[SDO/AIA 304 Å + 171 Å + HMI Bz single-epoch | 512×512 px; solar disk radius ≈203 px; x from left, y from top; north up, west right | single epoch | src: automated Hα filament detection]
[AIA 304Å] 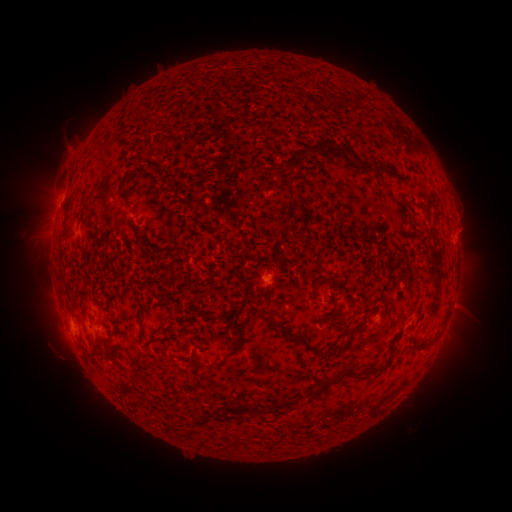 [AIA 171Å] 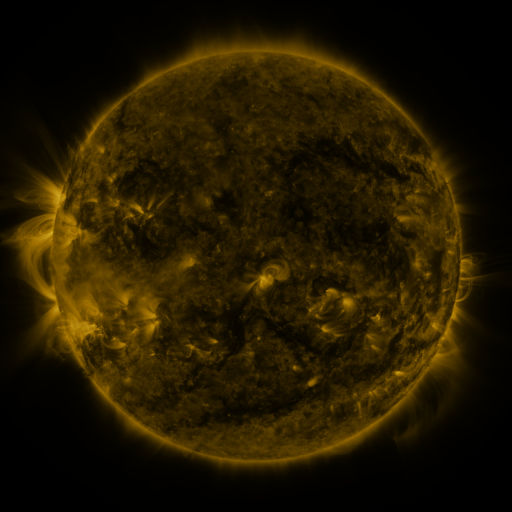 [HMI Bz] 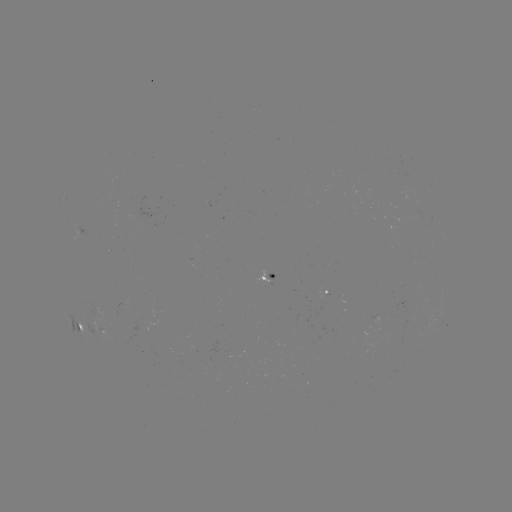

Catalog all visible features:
filament: <bbox>356, 92, 366, 101</bbox>
filament: <bbox>273, 142, 368, 189</bbox>
filament: <bbox>371, 163, 385, 175</bbox>
filament: <bbox>116, 191, 131, 209</bbox>
filament: <bbox>80, 206, 91, 212</bbox>
filament: <bbox>76, 240, 84, 253</bbox>
filament: <bbox>320, 274, 332, 282</bbox>
filament: <bbox>310, 291, 319, 301</bbox>
filament: <bbox>121, 311, 131, 322</bbox>
filament: <bbox>267, 311, 277, 324</bbox>
filament: <bbox>279, 322, 289, 333</bbox>
filament: <bbox>411, 332, 422, 349</bbox>
filament: <bbox>214, 335, 247, 370</bbox>
filament: <bbox>310, 335, 354, 358</bbox>
filament: <bbox>86, 351, 115, 362</bbox>
filament: <bbox>337, 362, 362, 377</bbox>
filament: <bbox>366, 363, 381, 372</bbox>
filament: <bbox>194, 372, 202, 380</bbox>
filament: <bbox>309, 375, 336, 398</bbox>
filament: <bbox>379, 385, 402, 403</bbox>
filament: <bbox>209, 411, 218, 420</bbox>
filament: <bbox>195, 414, 205, 424</bbox>
